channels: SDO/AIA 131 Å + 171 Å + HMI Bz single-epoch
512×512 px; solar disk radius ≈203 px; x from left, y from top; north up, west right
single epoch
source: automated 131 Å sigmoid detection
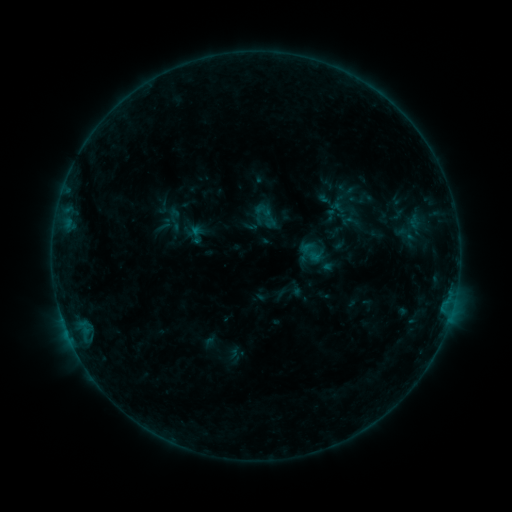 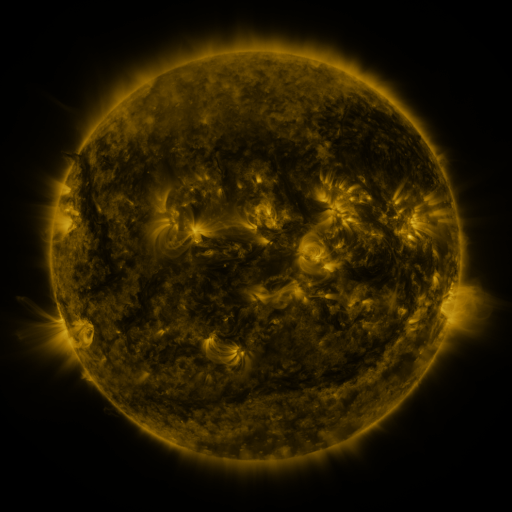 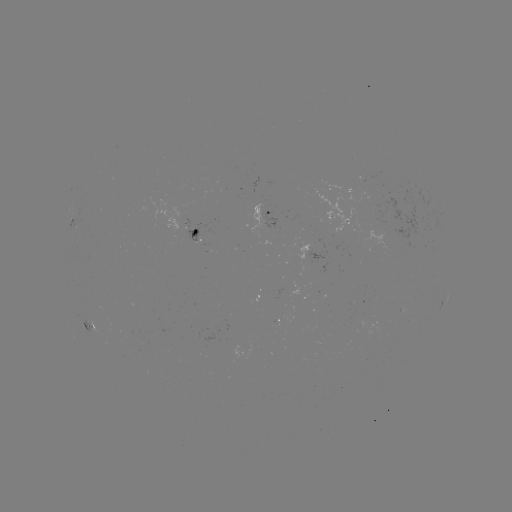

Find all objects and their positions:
sigmoid: <bbox>251, 200, 282, 231</bbox>
sigmoid: <bbox>338, 212, 362, 231</bbox>
